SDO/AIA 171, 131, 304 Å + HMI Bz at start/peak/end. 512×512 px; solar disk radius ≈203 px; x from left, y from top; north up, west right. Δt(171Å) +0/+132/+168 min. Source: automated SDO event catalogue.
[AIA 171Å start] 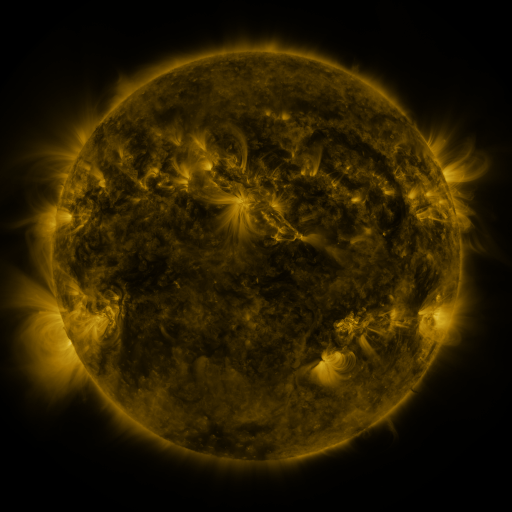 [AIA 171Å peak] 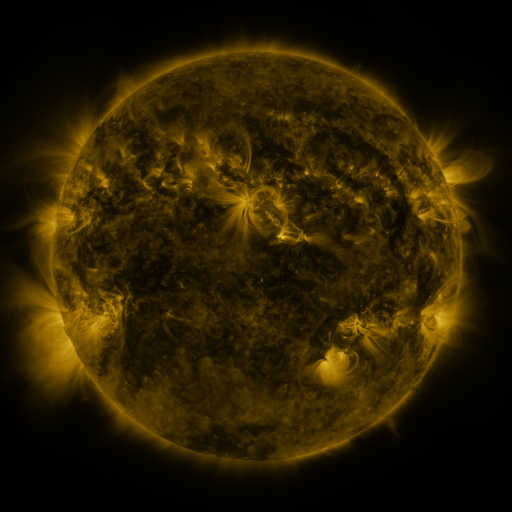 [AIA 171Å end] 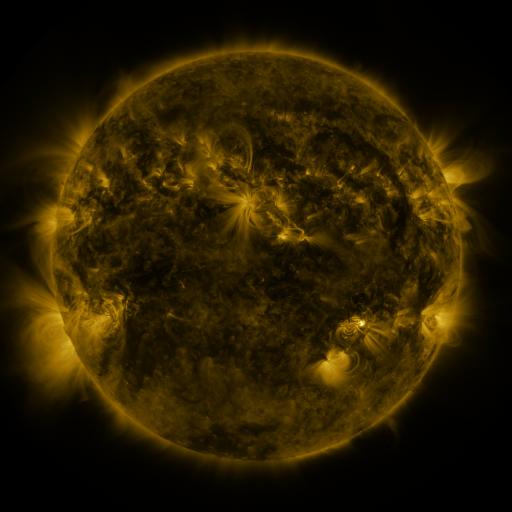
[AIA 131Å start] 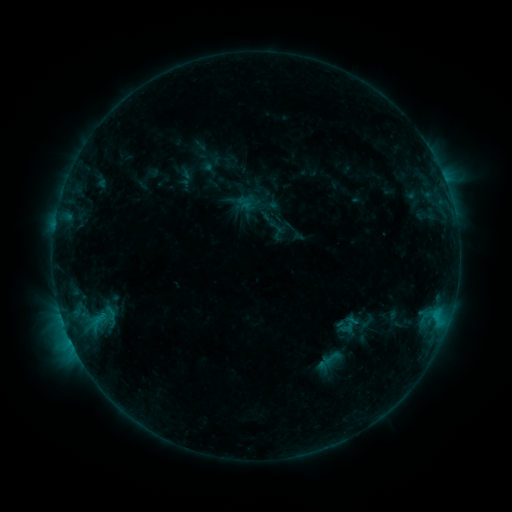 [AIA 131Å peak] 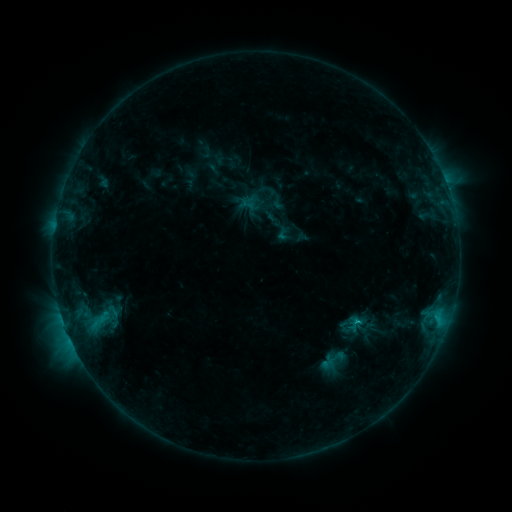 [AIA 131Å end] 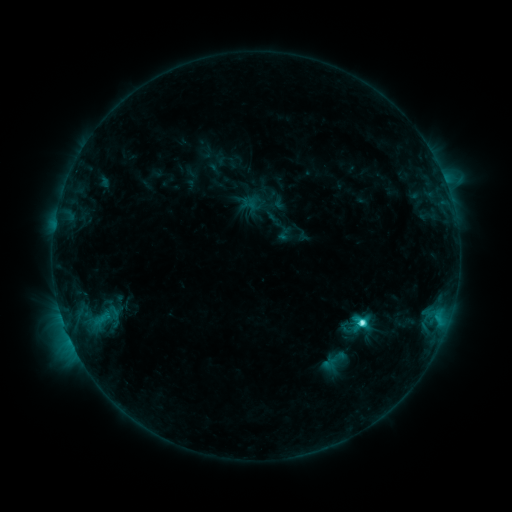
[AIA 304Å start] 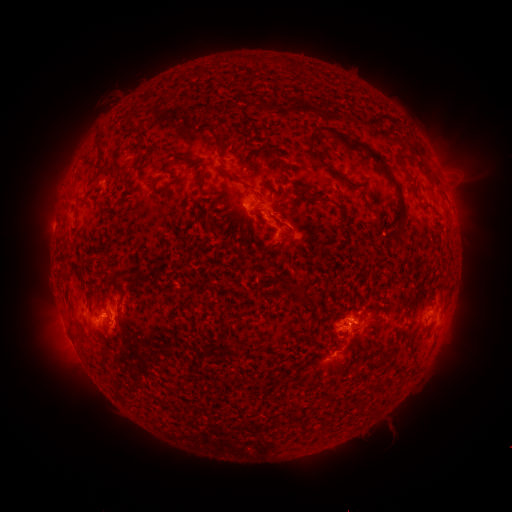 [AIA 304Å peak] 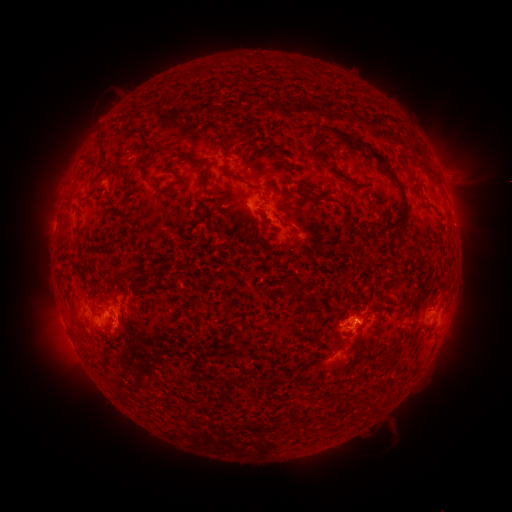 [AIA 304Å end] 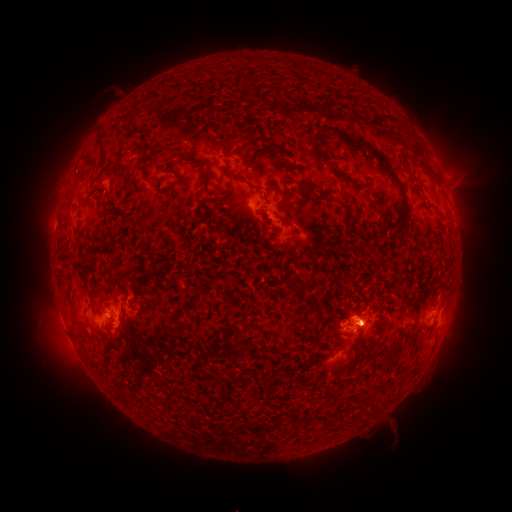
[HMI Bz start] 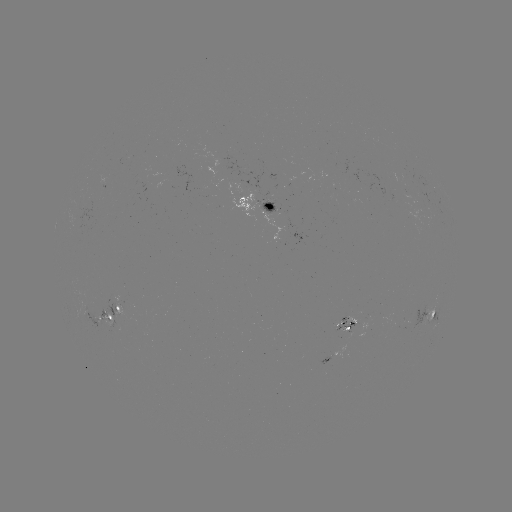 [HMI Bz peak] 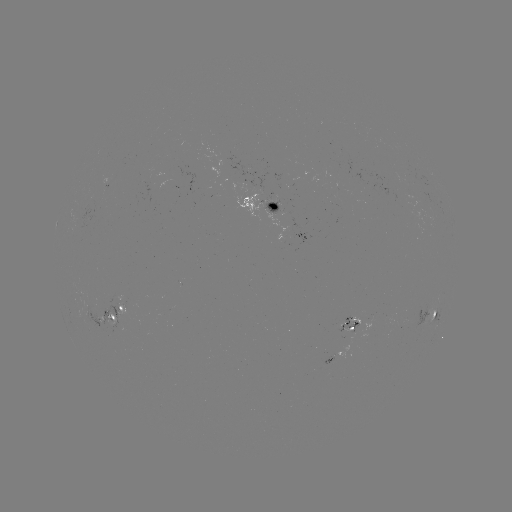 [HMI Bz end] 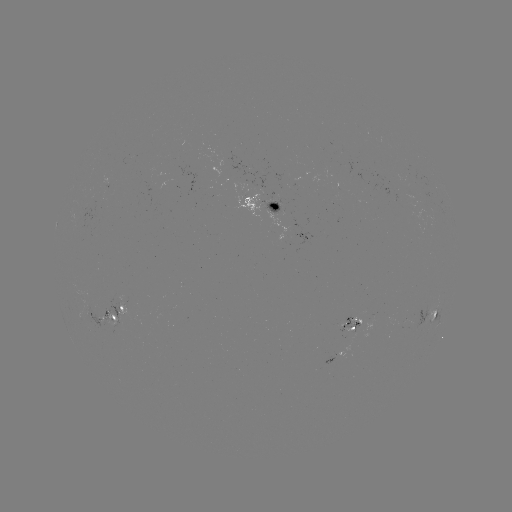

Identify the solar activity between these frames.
emerging-flux region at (409, 325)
